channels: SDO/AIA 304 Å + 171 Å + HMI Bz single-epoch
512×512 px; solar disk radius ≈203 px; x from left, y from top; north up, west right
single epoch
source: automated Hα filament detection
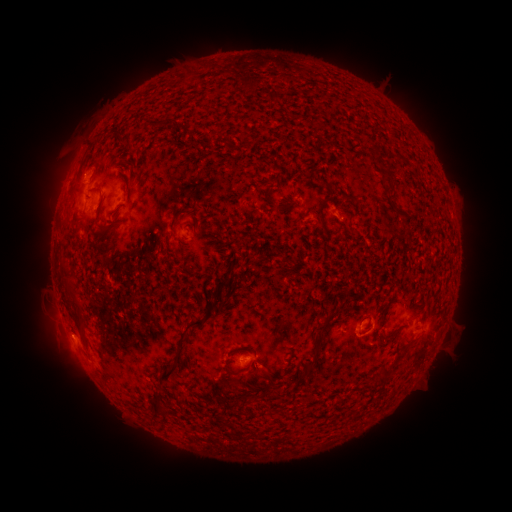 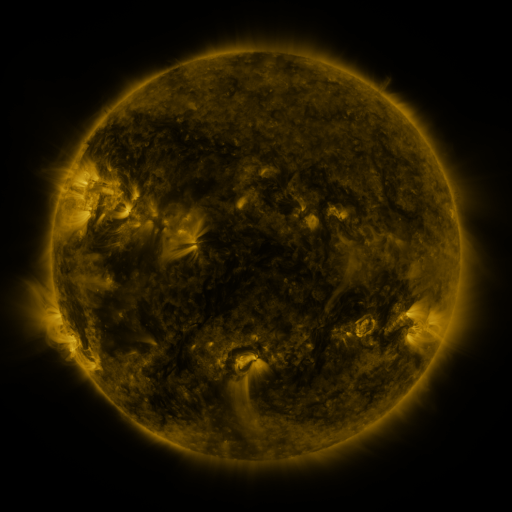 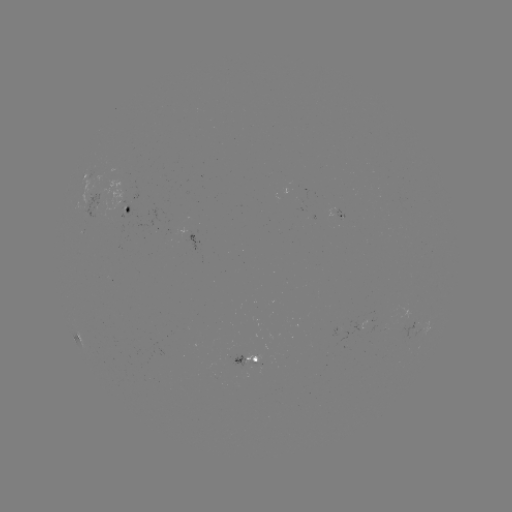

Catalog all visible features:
filament: (389, 179)
filament: (266, 194)
filament: (127, 209)
filament: (320, 209)
filament: (175, 223)
filament: (111, 224)
filament: (221, 283)
filament: (208, 313)
filament: (325, 322)
filament: (186, 328)
filament: (313, 360)
filament: (167, 371)
filament: (228, 371)
filament: (386, 373)
filament: (154, 405)
